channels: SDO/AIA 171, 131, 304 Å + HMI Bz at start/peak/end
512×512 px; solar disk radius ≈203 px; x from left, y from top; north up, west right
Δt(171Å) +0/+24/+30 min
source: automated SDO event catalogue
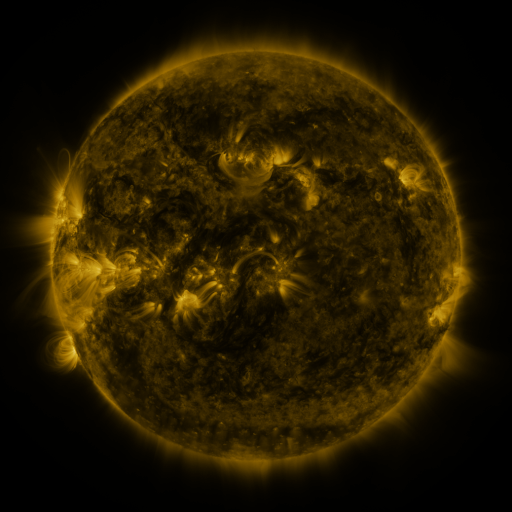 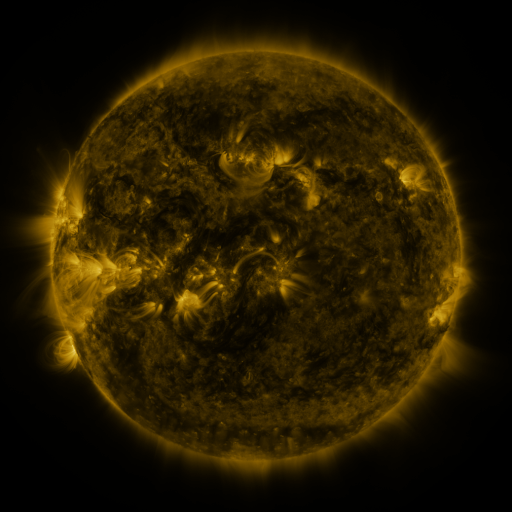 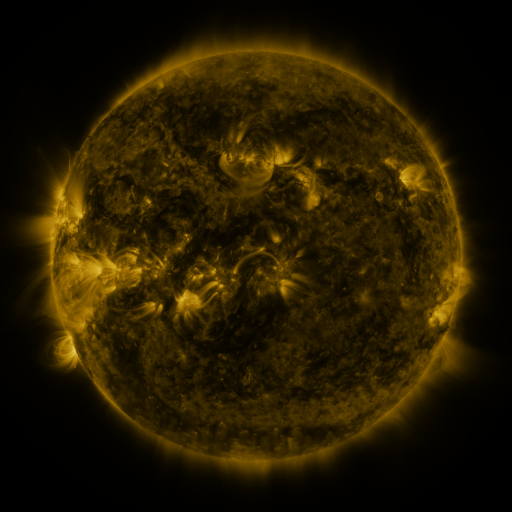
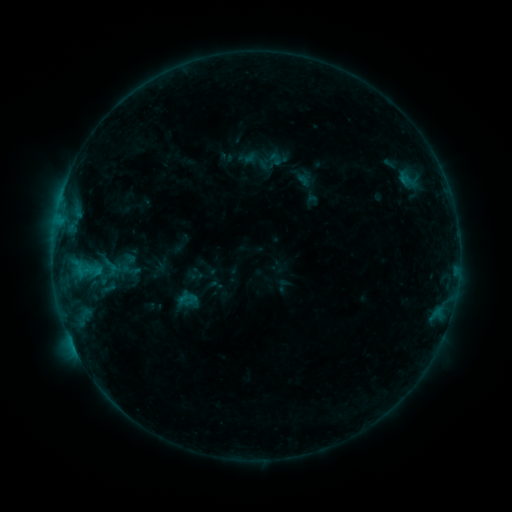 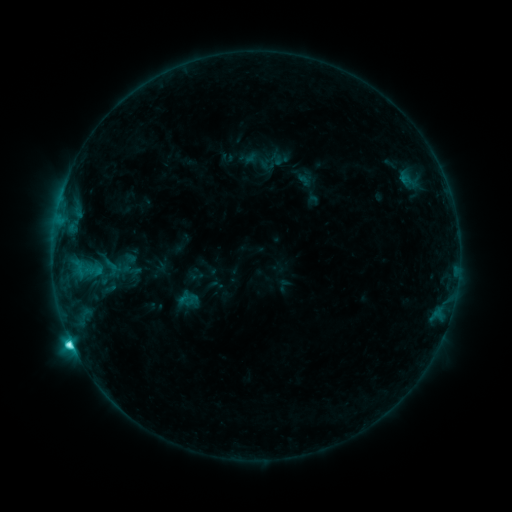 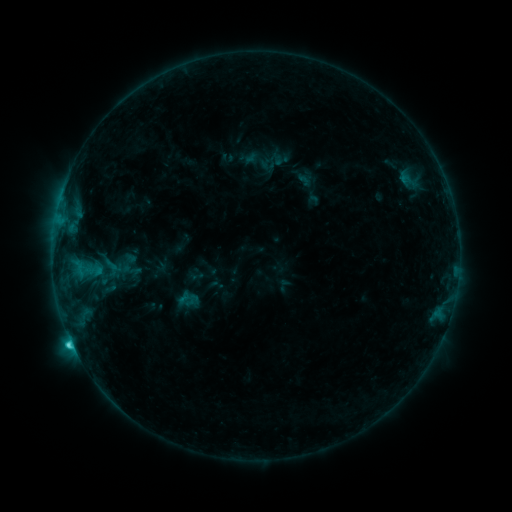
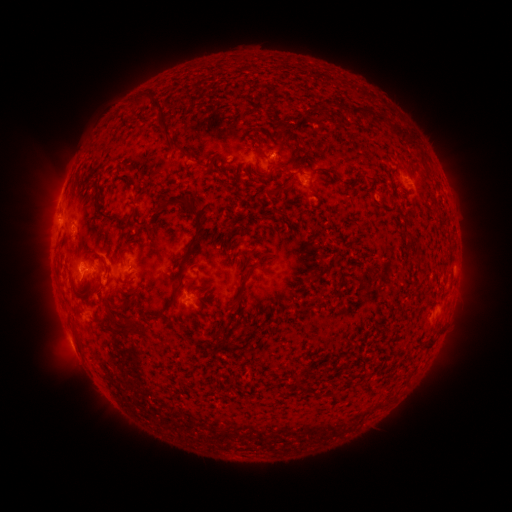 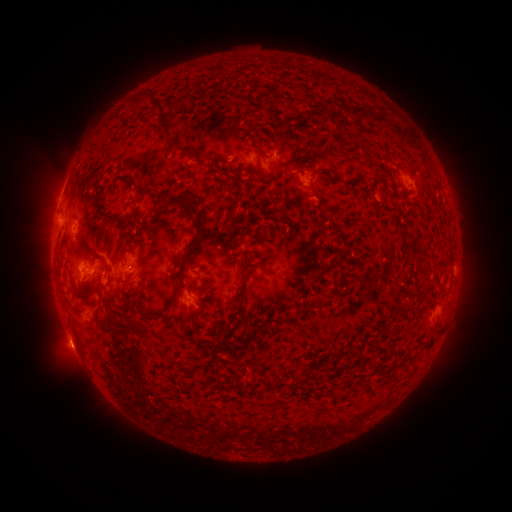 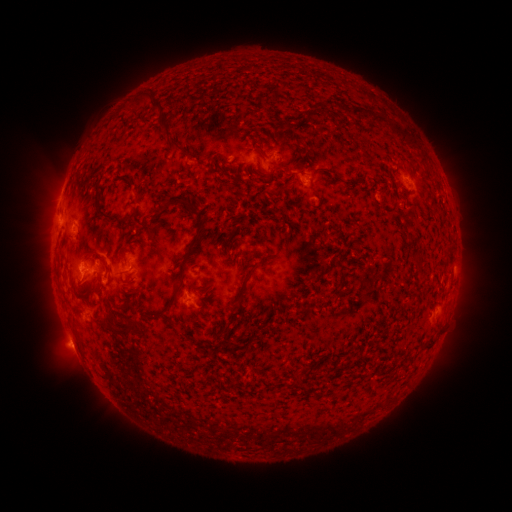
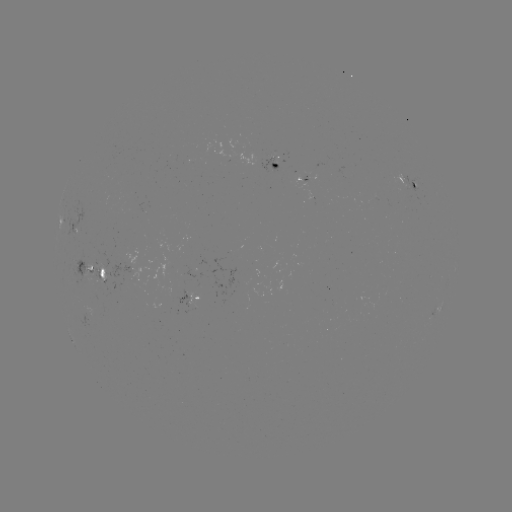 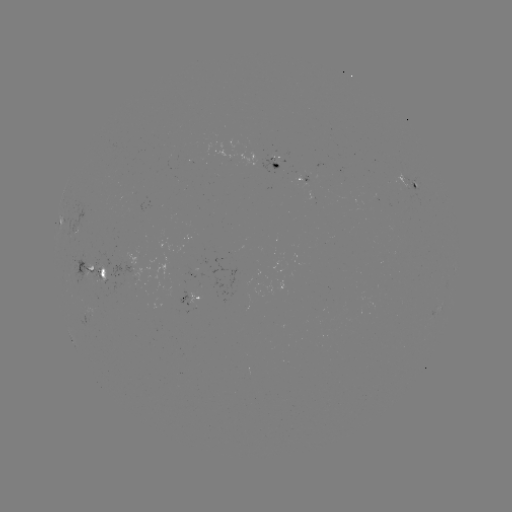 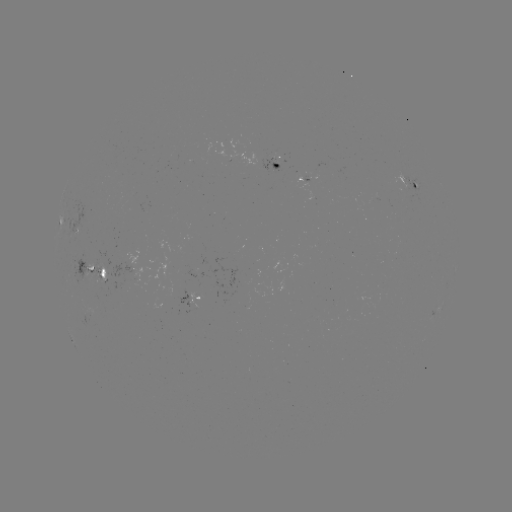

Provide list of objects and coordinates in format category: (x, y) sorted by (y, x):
C3.6 flare: (72, 339)
